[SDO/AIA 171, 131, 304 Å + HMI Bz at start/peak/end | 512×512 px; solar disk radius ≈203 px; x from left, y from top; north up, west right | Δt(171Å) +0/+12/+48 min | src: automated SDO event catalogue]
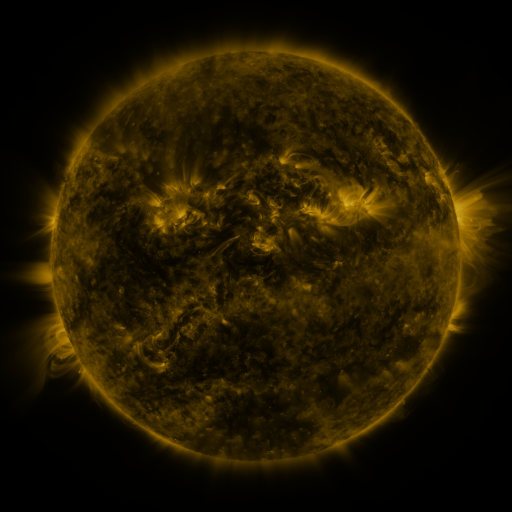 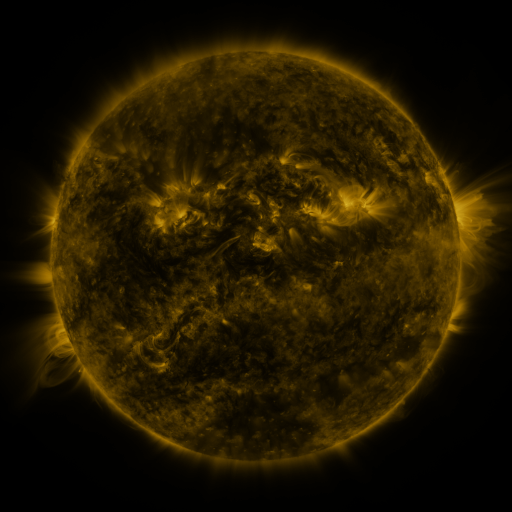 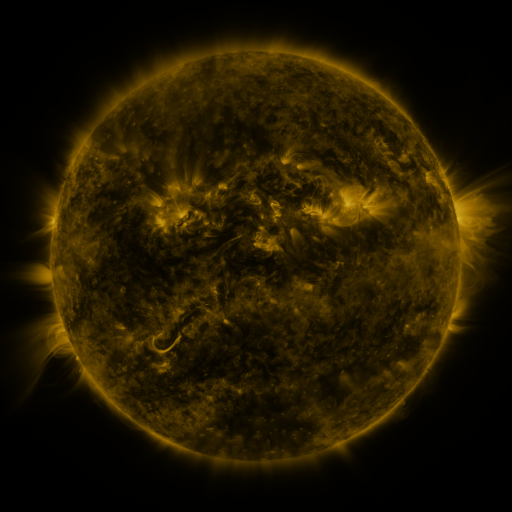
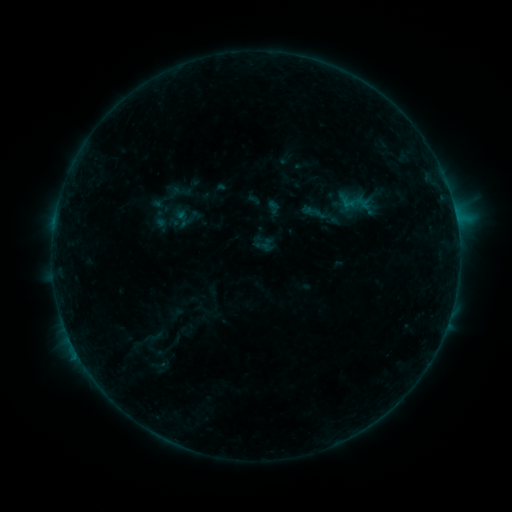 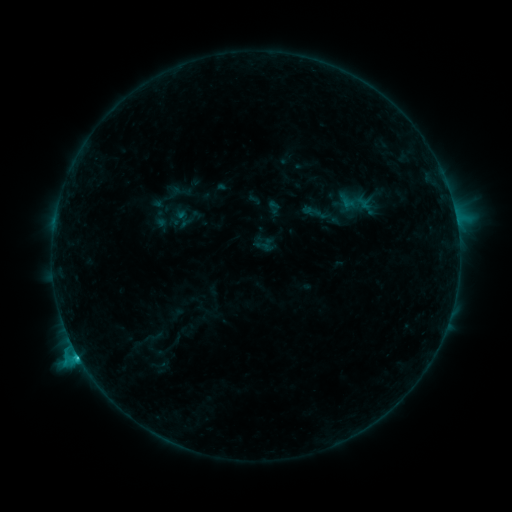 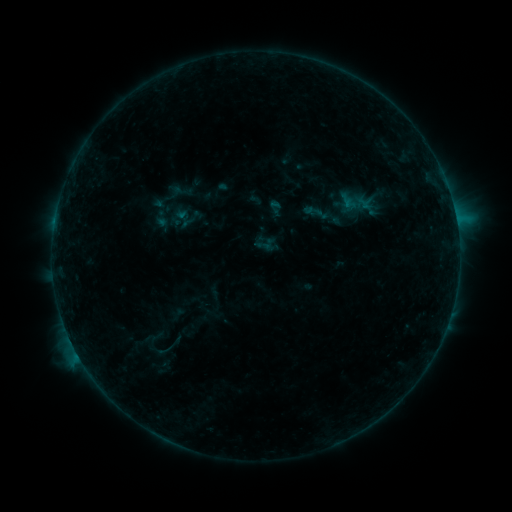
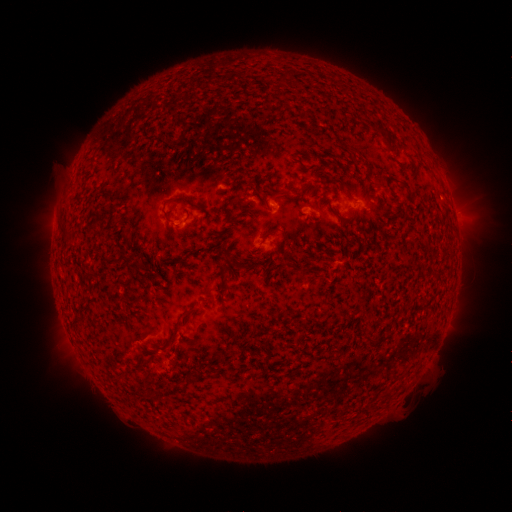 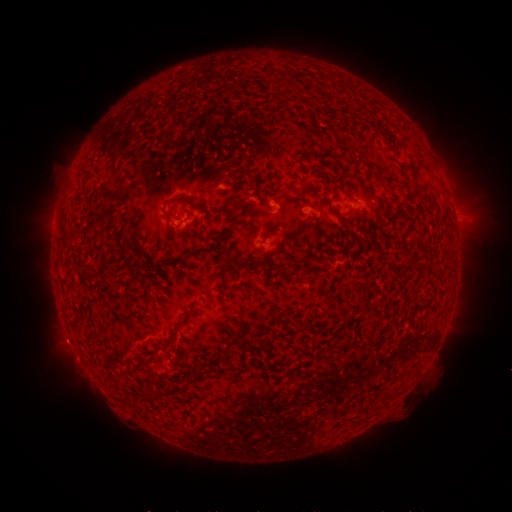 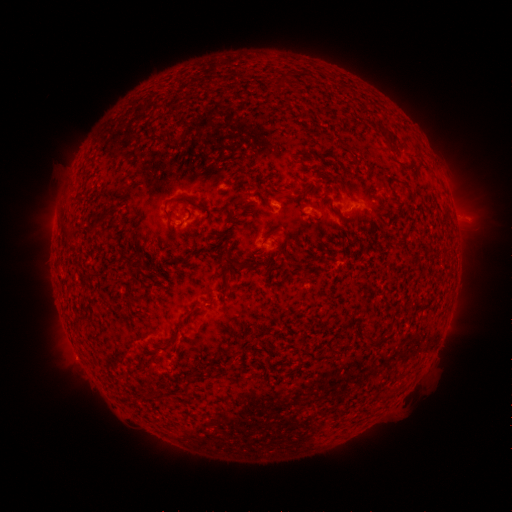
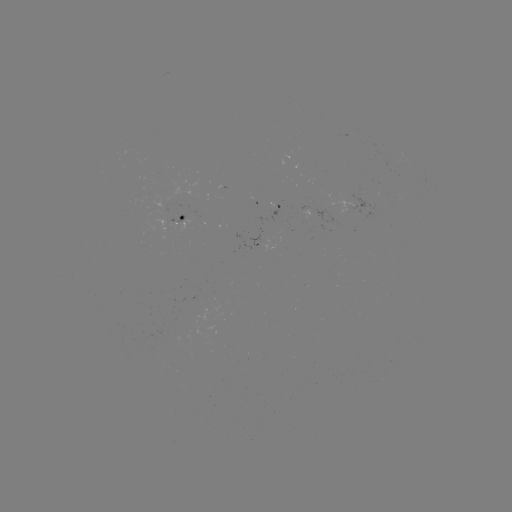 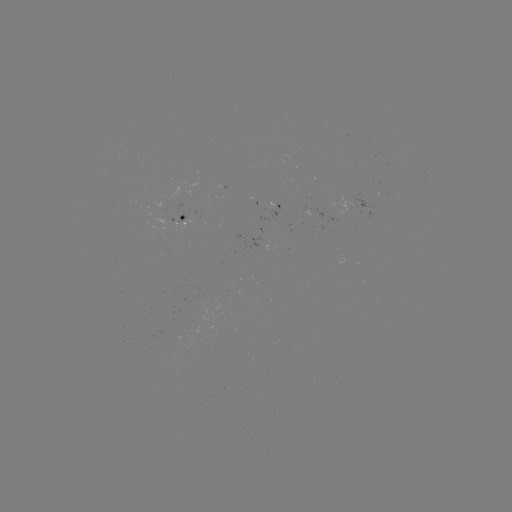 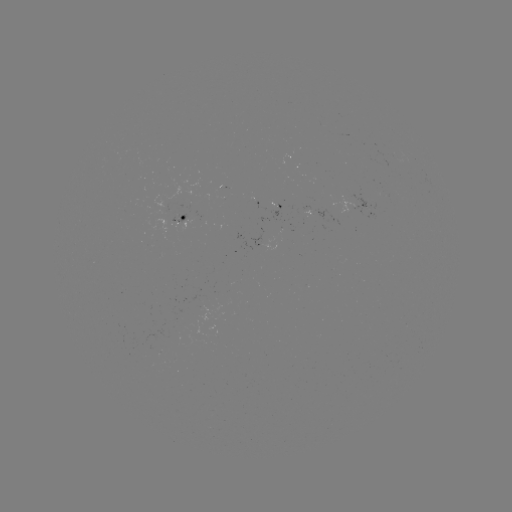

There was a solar flare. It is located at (78, 352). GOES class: C2.0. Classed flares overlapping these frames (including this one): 1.